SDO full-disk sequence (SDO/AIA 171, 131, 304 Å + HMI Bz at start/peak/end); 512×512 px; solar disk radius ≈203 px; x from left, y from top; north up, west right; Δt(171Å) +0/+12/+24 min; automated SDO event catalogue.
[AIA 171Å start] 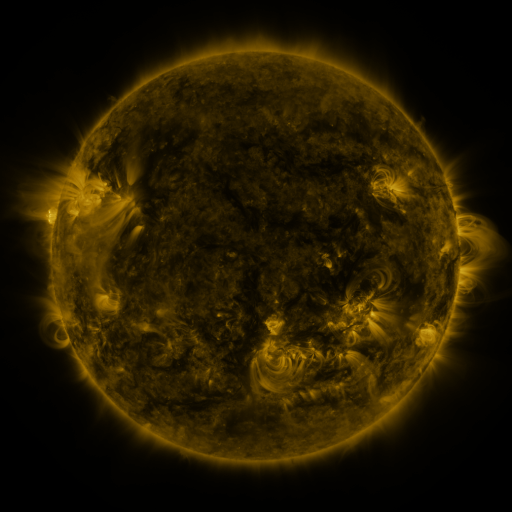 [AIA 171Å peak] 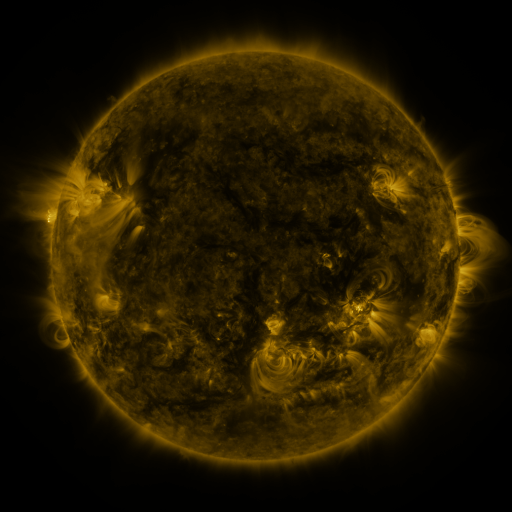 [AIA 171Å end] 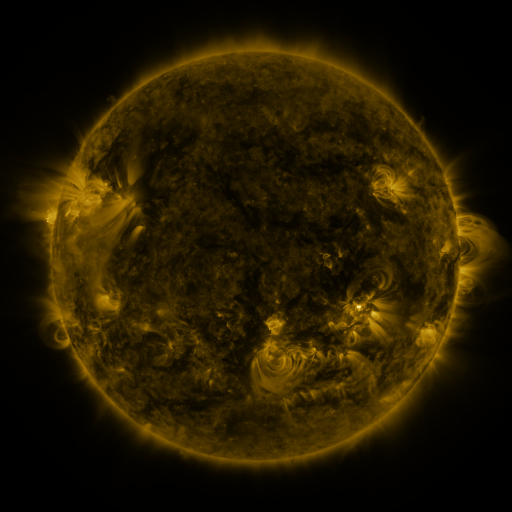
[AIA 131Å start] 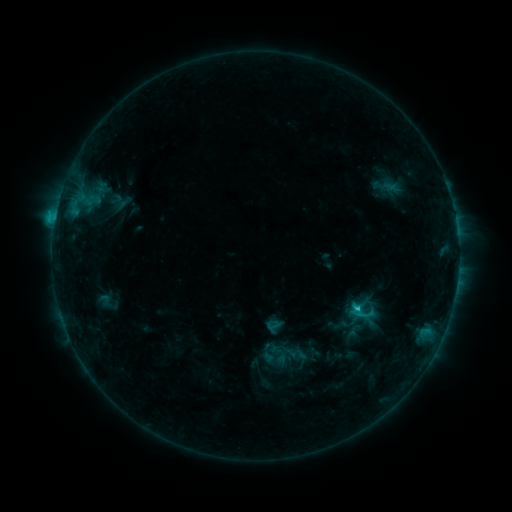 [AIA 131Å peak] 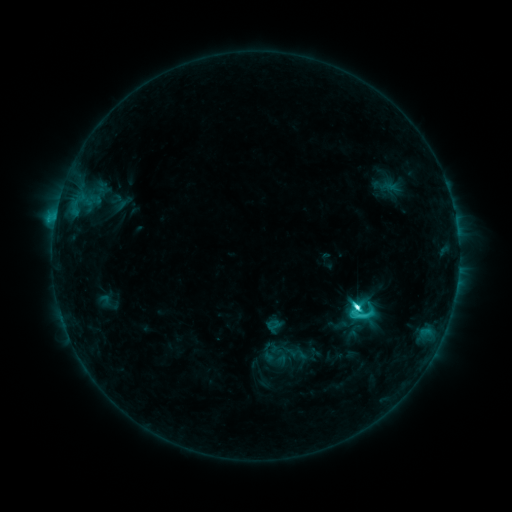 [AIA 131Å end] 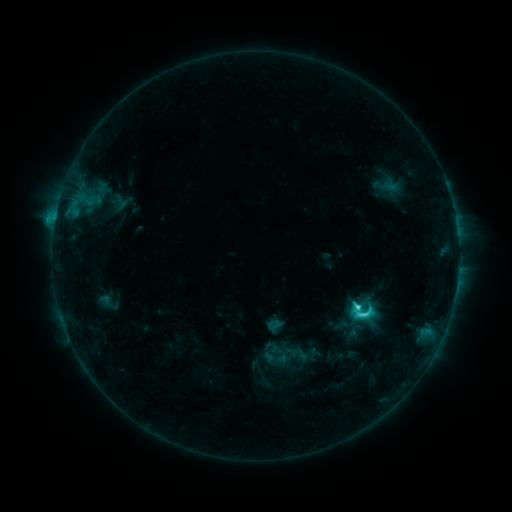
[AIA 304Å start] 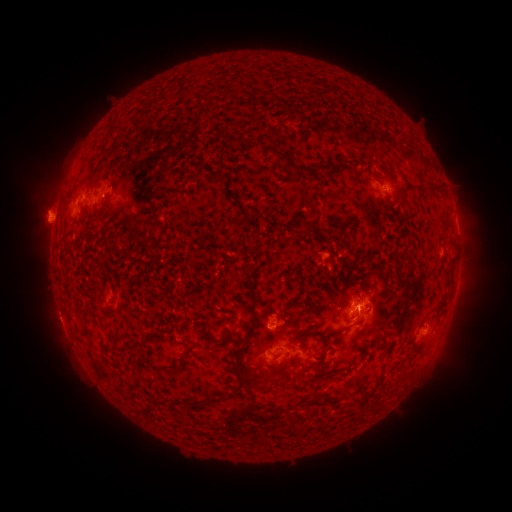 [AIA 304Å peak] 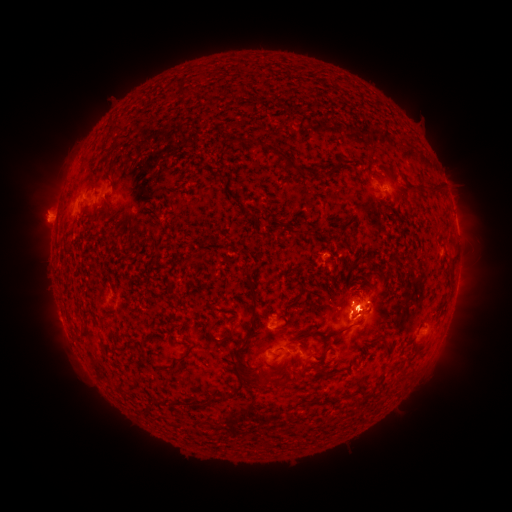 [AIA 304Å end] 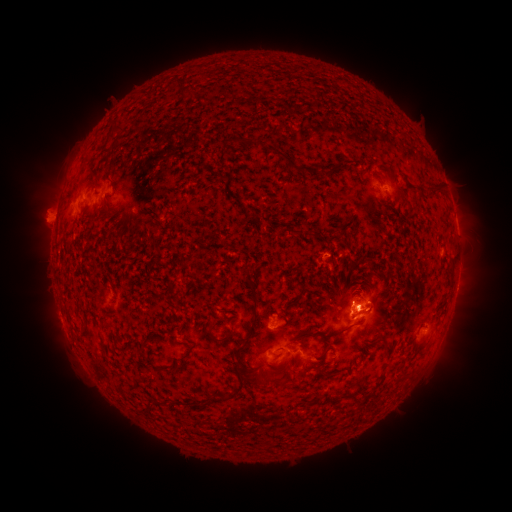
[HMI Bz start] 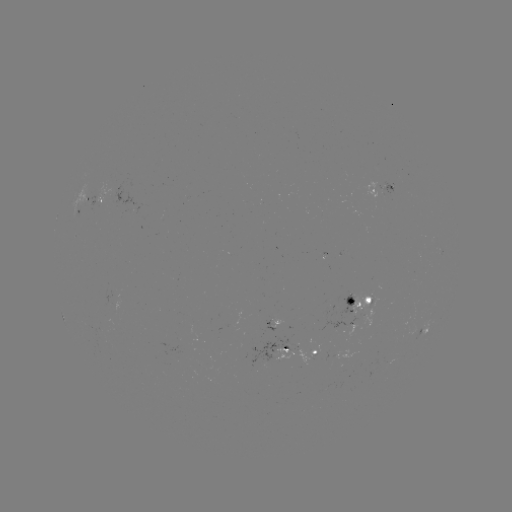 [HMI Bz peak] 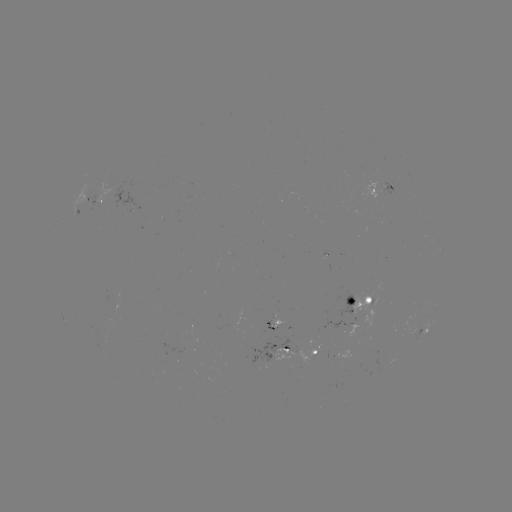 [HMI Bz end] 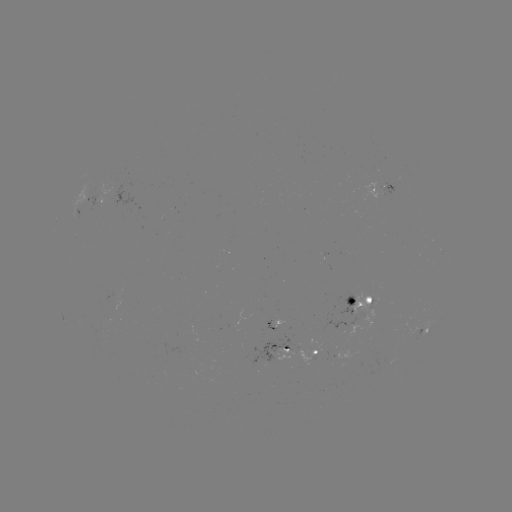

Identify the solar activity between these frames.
C7.4 flare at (356, 305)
